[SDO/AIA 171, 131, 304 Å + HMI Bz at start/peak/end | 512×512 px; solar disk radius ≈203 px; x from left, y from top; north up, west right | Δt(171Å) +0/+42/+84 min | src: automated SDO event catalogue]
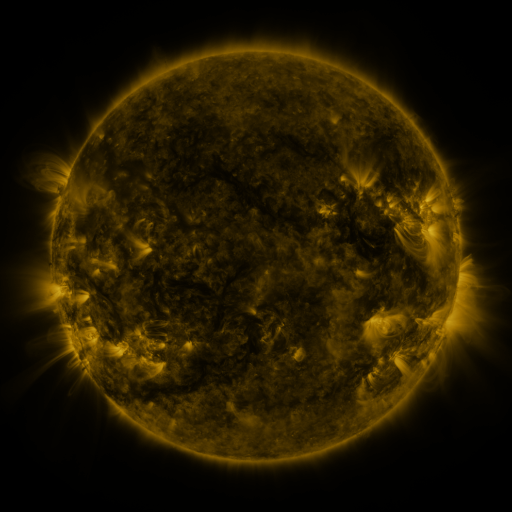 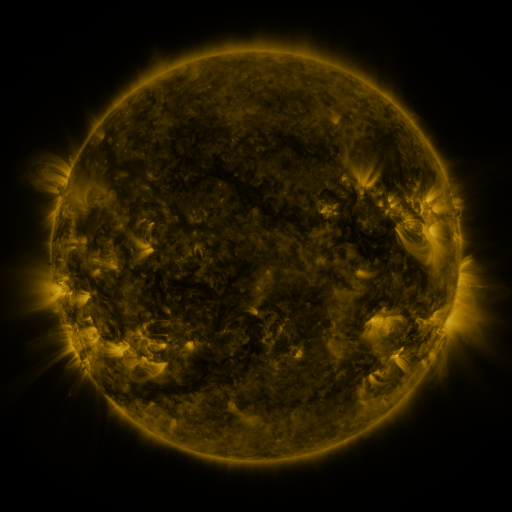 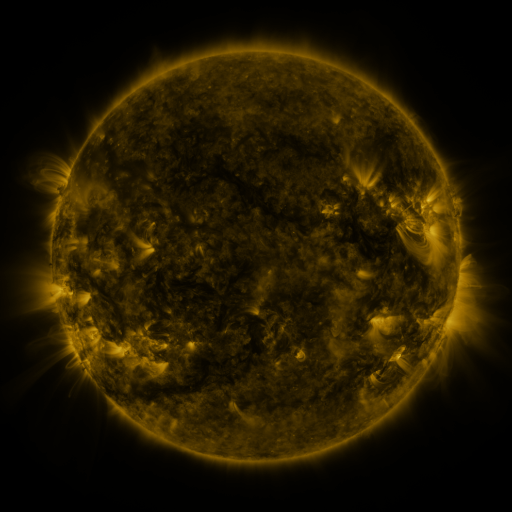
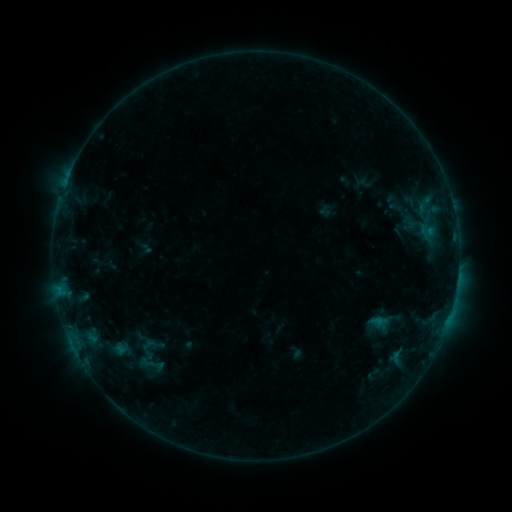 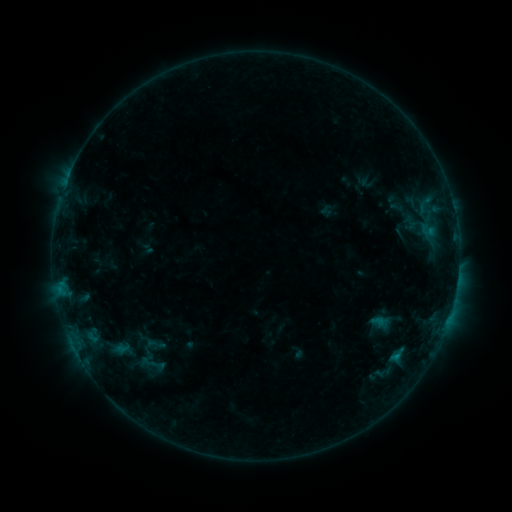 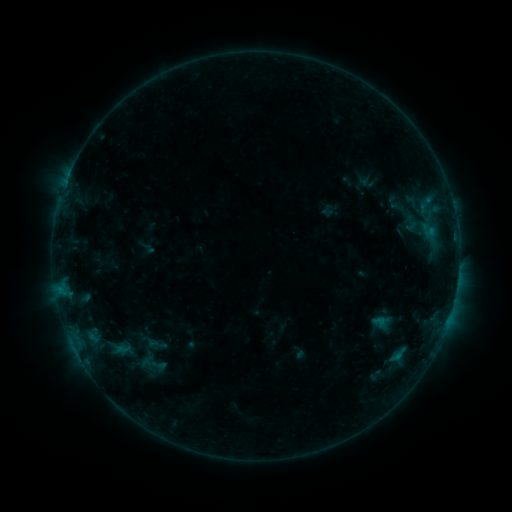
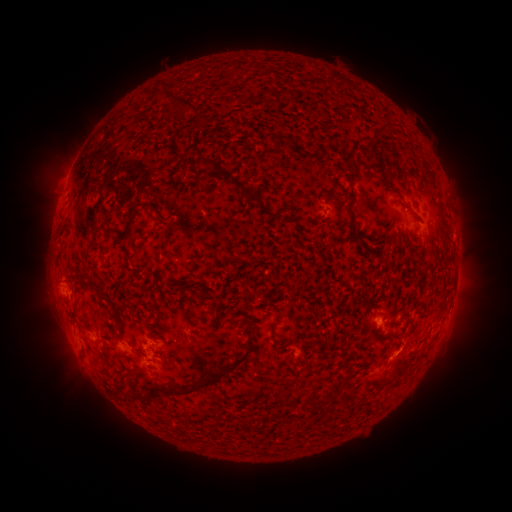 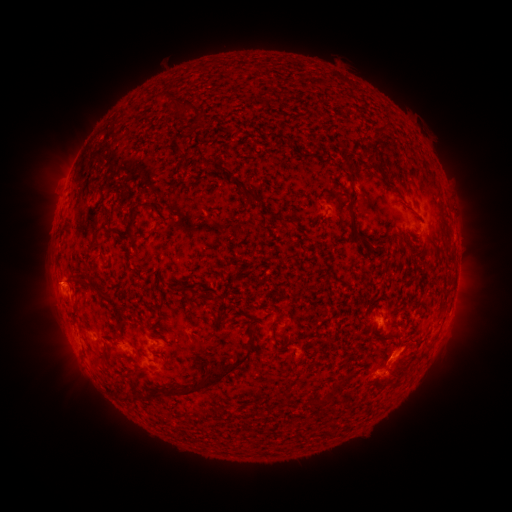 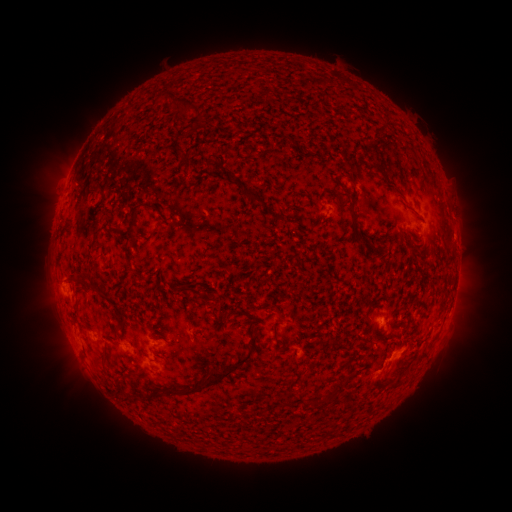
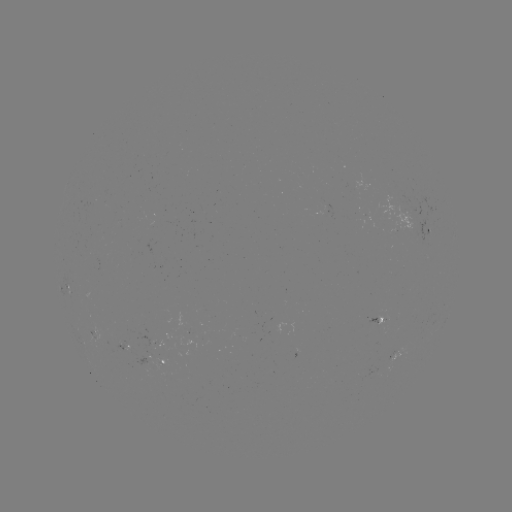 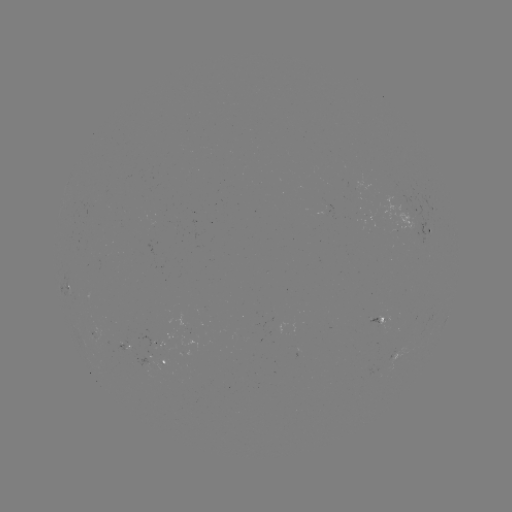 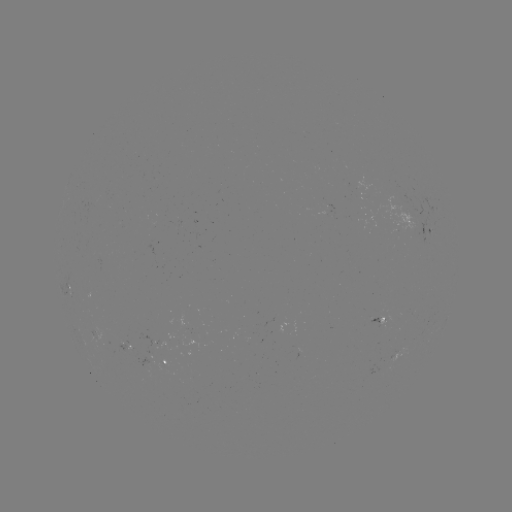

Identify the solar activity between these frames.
B4.3 flare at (395, 355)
